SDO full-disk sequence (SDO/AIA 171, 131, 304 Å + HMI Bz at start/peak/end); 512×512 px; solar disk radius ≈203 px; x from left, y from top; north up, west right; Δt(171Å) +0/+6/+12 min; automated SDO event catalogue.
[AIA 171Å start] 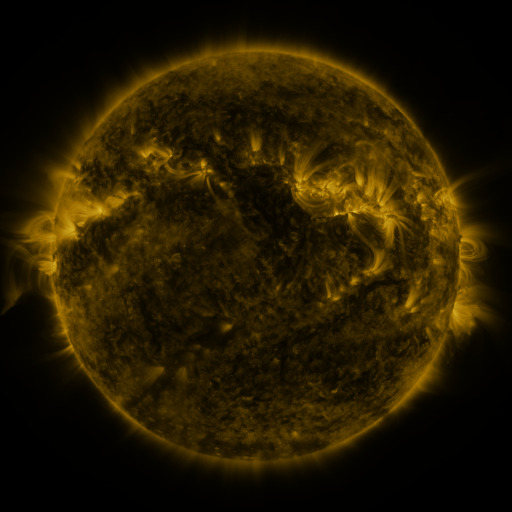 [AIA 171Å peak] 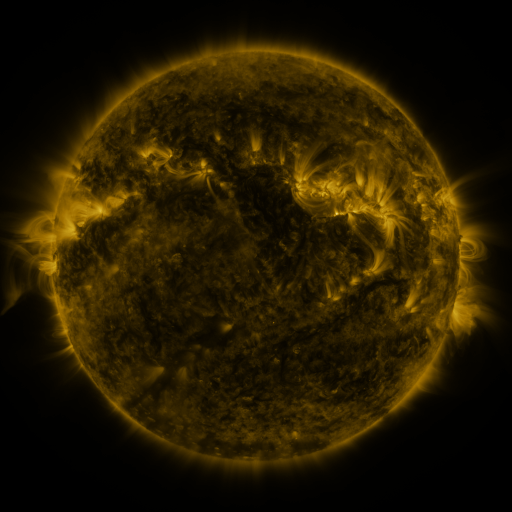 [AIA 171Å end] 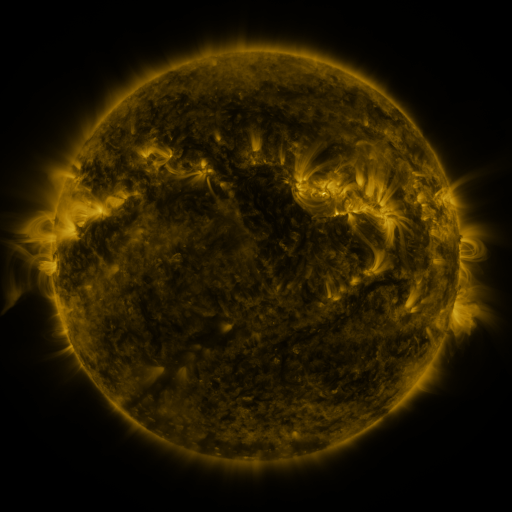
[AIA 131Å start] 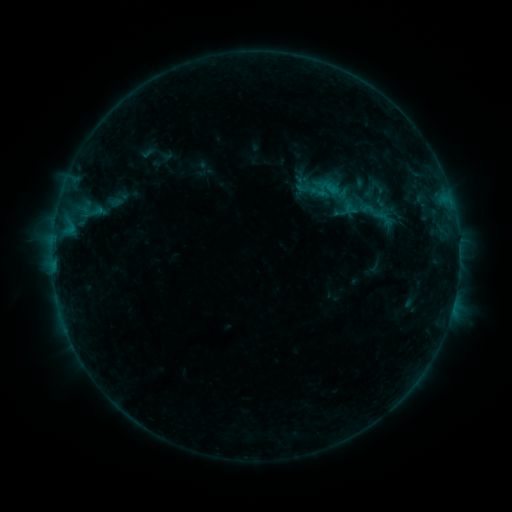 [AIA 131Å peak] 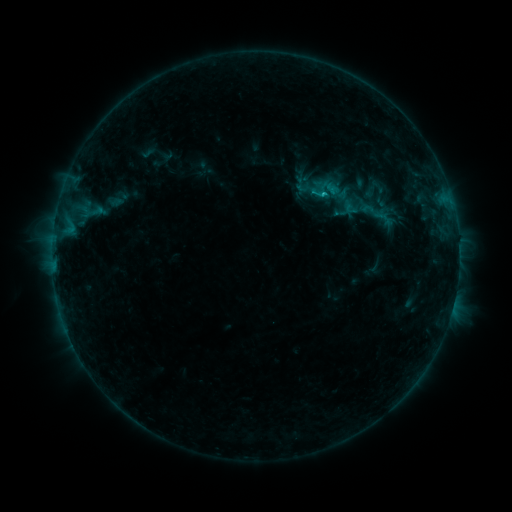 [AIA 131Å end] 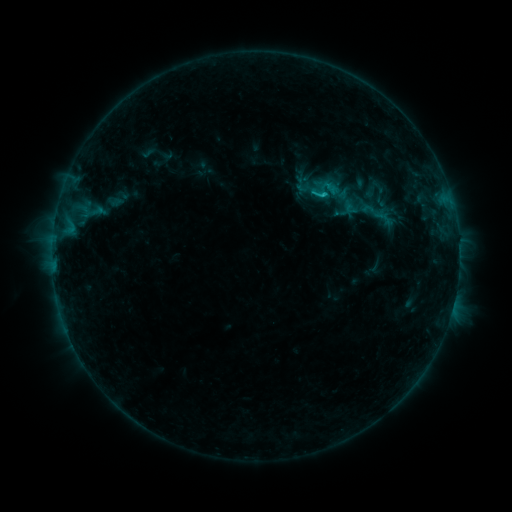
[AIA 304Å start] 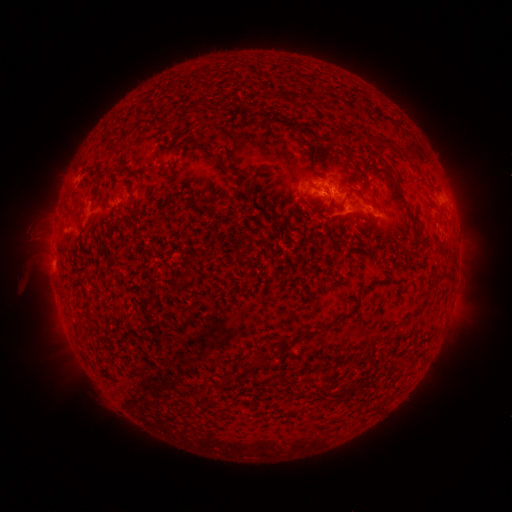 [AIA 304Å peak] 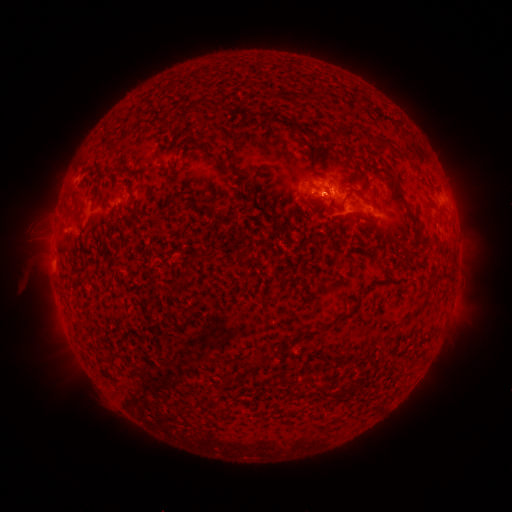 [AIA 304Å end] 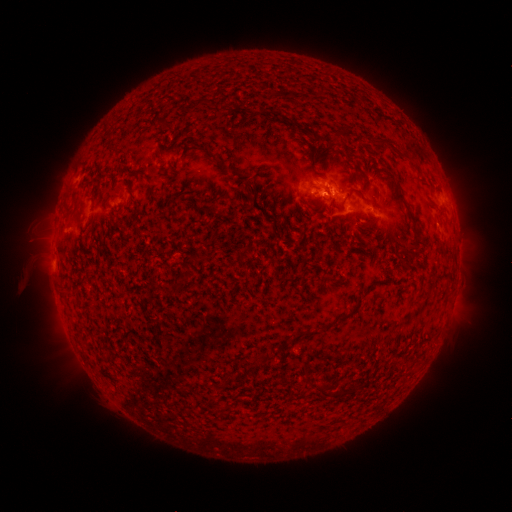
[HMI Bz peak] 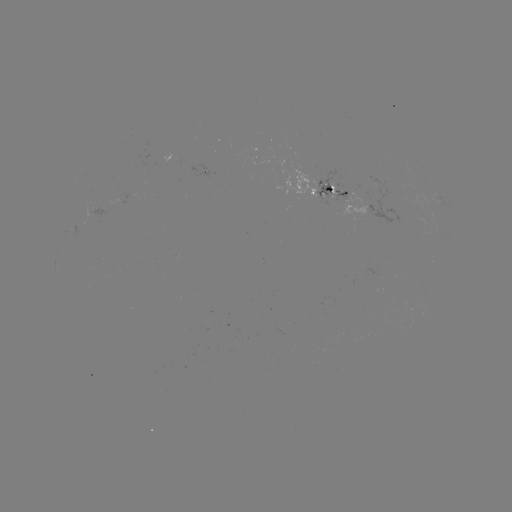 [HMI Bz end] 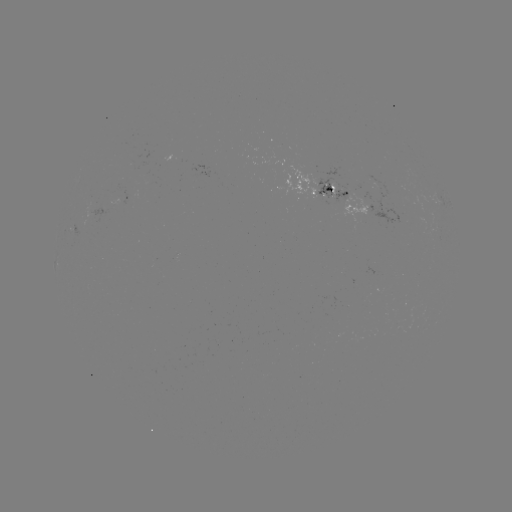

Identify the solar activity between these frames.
B8.9 flare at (324, 195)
